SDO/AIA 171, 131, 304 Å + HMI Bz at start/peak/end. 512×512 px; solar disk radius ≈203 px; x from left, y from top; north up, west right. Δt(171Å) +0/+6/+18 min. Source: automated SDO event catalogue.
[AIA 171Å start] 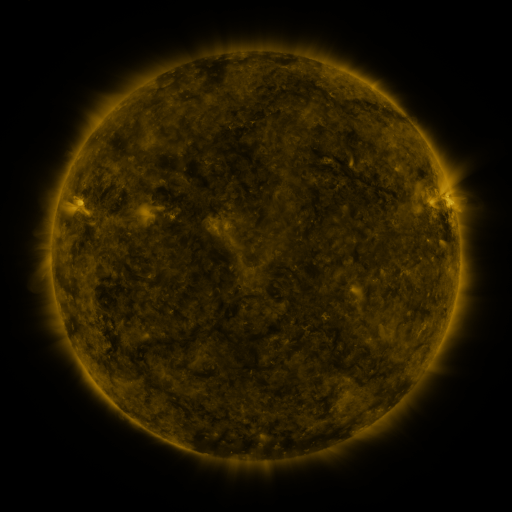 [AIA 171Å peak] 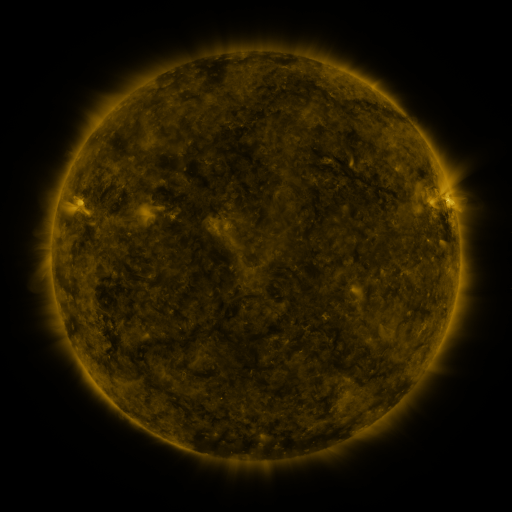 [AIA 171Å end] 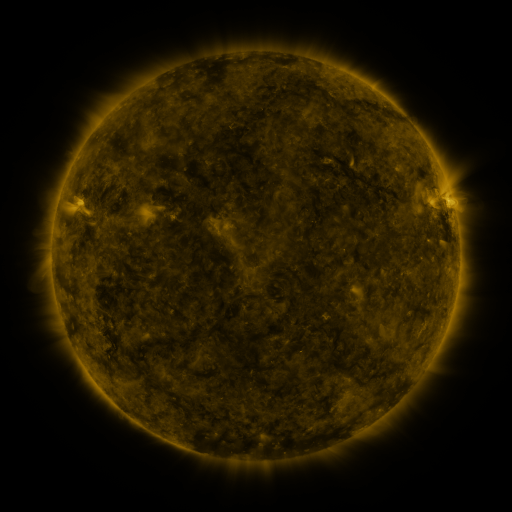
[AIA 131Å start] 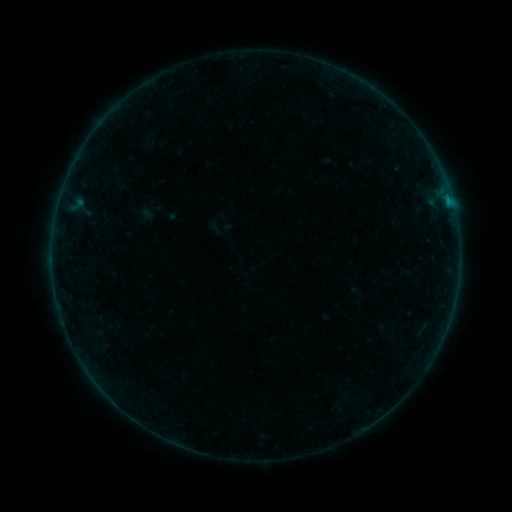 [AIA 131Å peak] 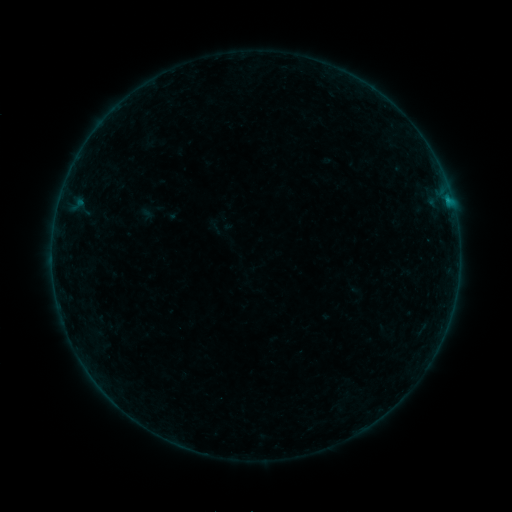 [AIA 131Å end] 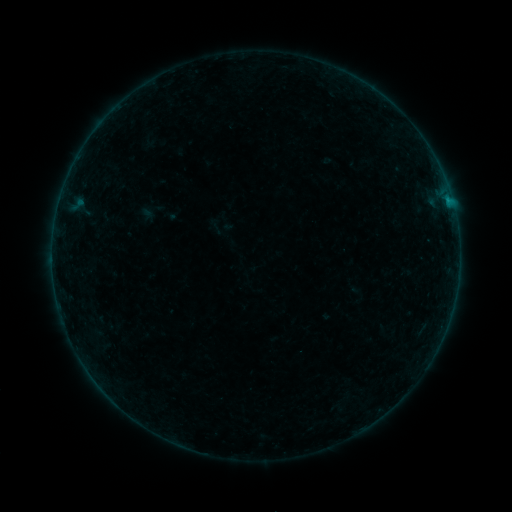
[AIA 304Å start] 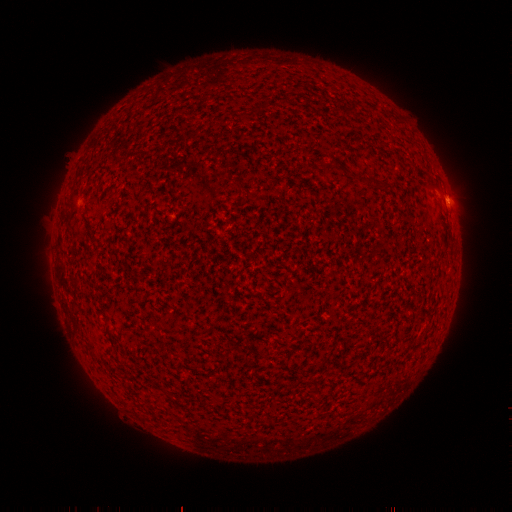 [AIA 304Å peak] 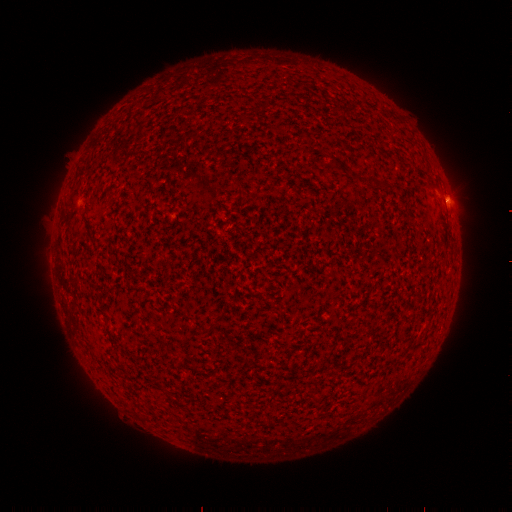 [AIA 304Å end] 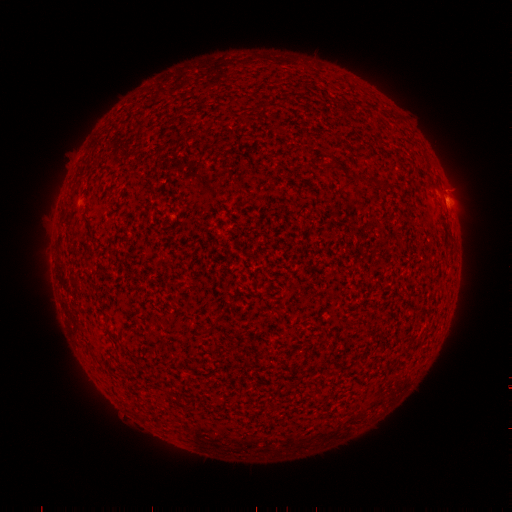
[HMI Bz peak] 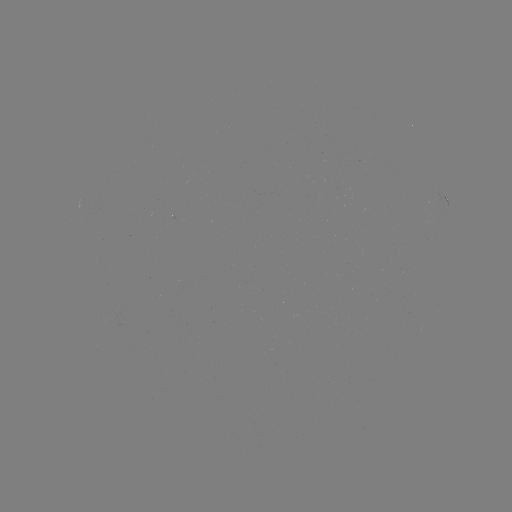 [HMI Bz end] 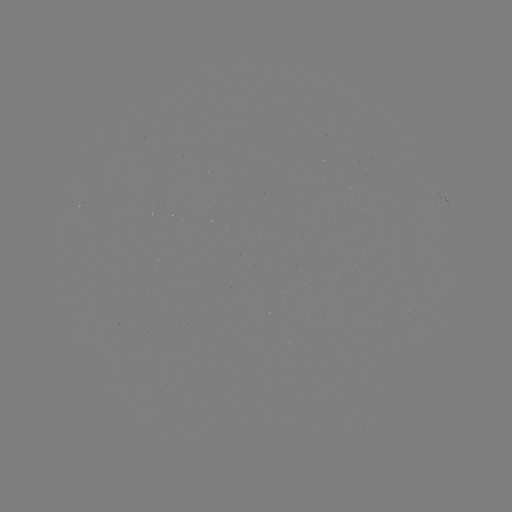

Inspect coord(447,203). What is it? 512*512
B2.4 flare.